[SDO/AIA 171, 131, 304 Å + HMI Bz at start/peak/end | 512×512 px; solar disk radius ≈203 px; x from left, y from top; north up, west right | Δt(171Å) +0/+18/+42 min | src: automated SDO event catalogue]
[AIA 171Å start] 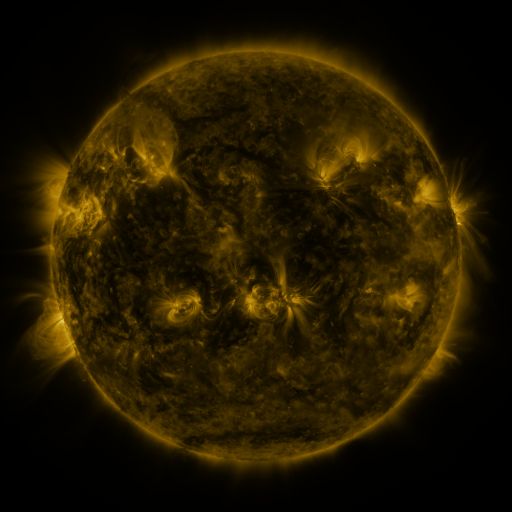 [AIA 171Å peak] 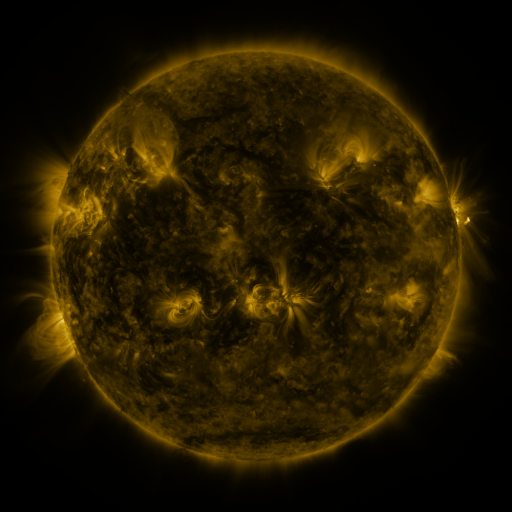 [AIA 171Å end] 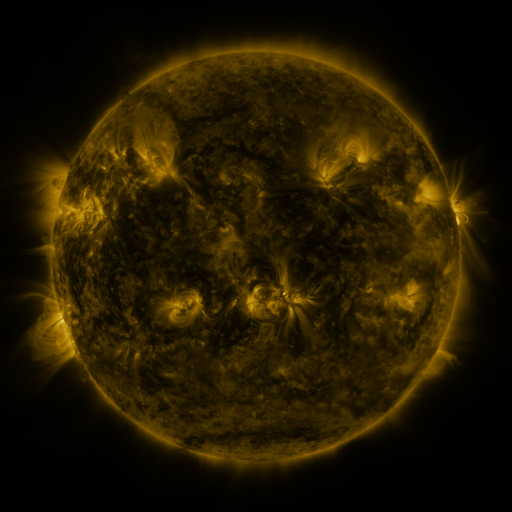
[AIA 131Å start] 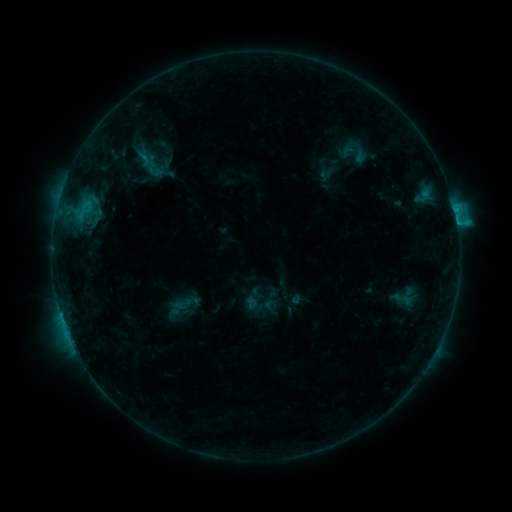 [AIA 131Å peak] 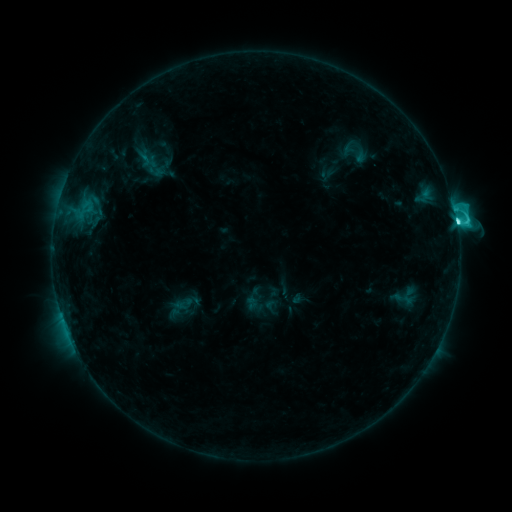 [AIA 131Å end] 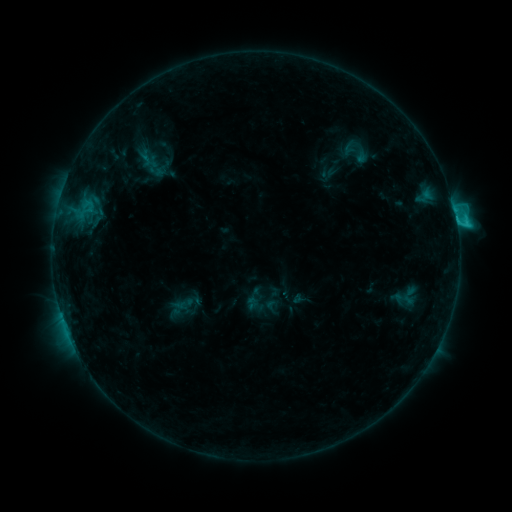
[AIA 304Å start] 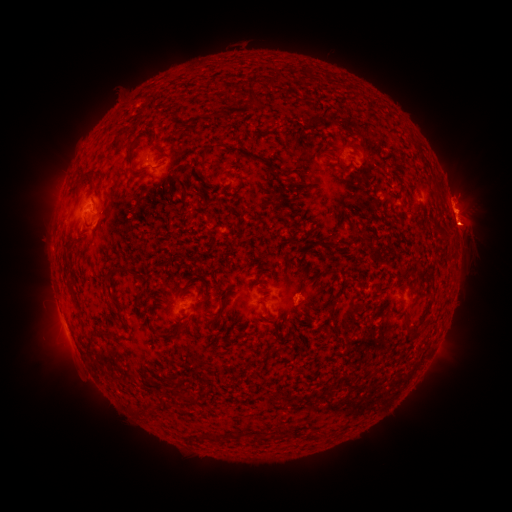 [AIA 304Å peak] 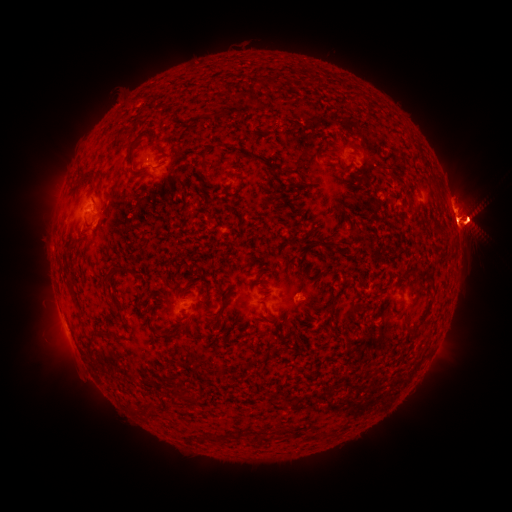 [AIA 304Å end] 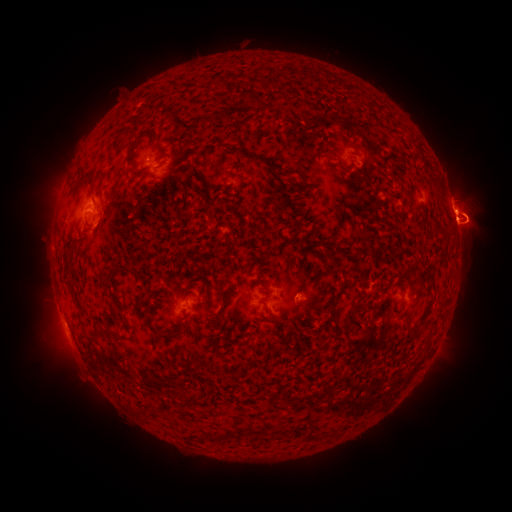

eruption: [416, 131, 511, 329]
